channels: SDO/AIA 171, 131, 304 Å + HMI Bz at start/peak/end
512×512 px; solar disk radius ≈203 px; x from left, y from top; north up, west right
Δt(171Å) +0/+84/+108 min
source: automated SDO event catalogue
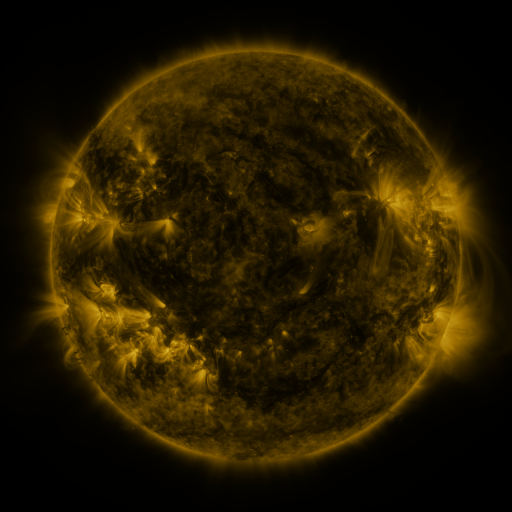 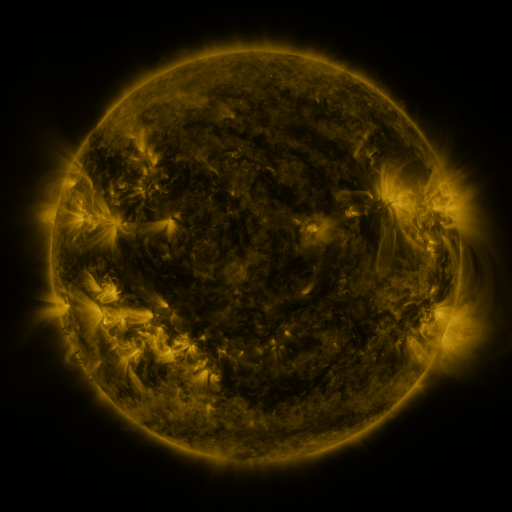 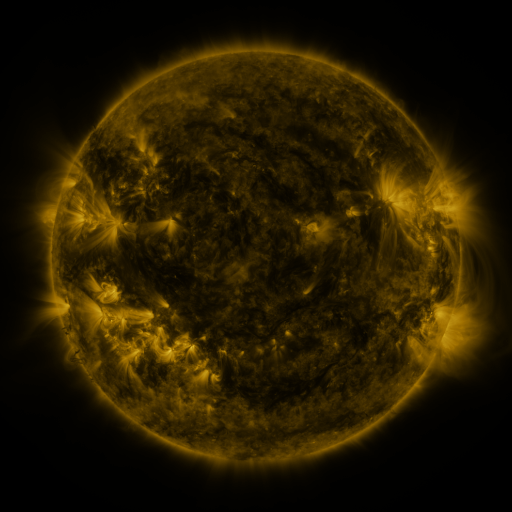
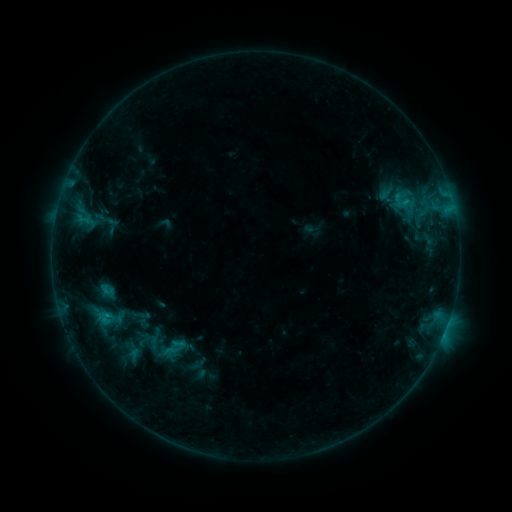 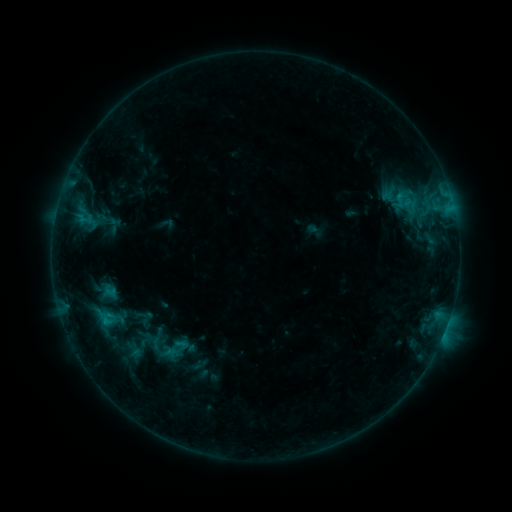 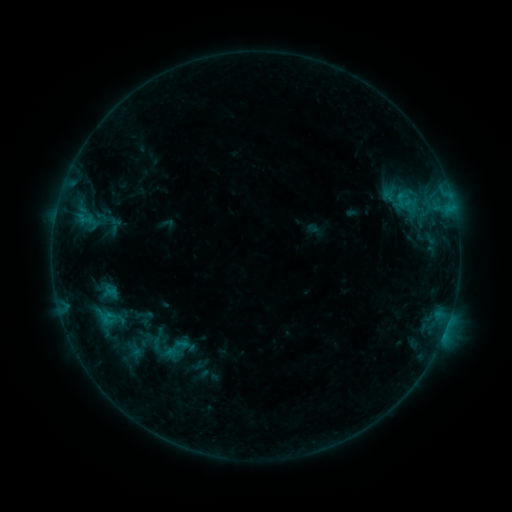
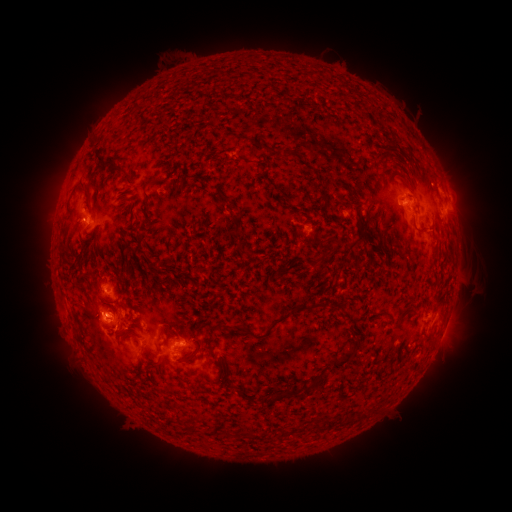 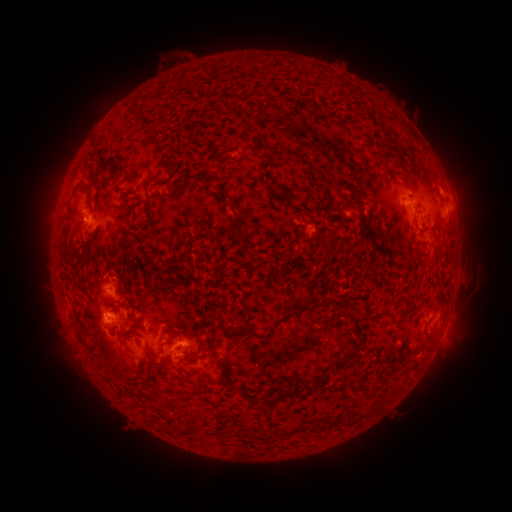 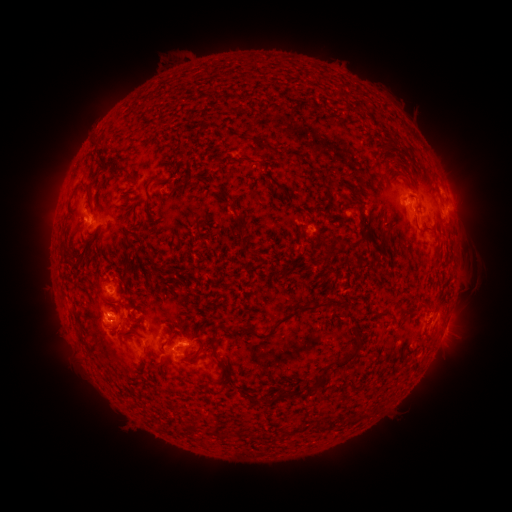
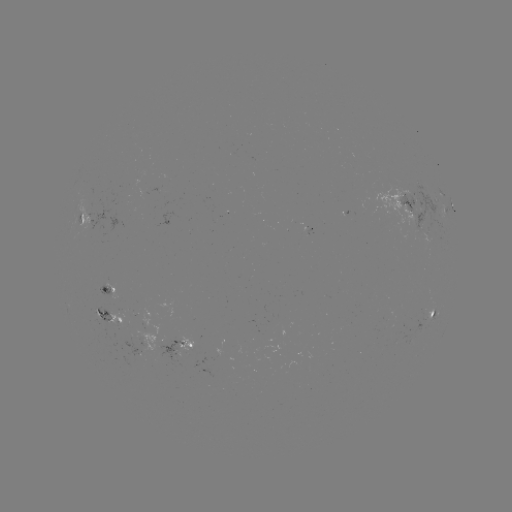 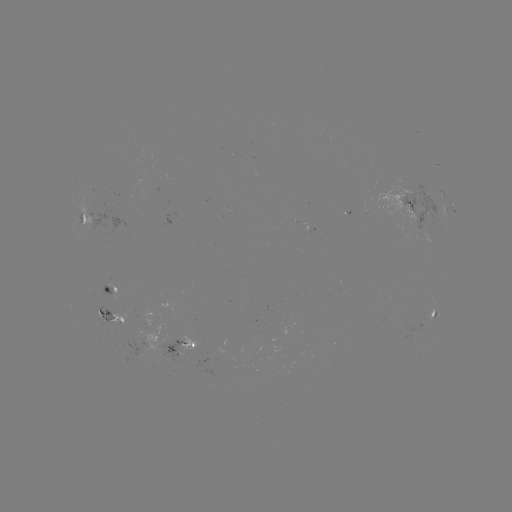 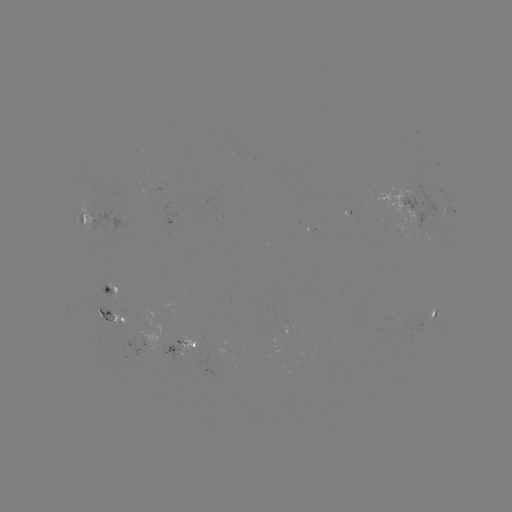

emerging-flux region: (155, 338, 187, 359)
